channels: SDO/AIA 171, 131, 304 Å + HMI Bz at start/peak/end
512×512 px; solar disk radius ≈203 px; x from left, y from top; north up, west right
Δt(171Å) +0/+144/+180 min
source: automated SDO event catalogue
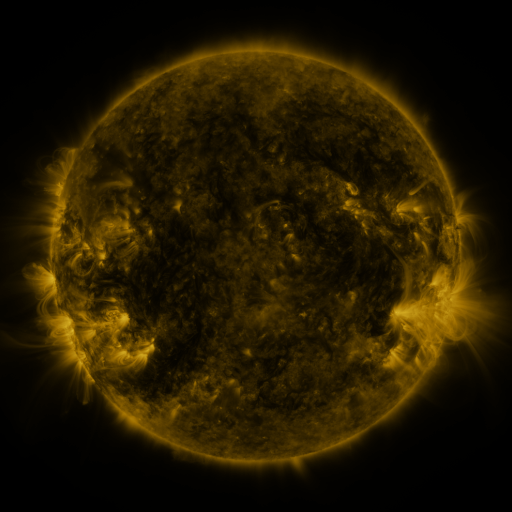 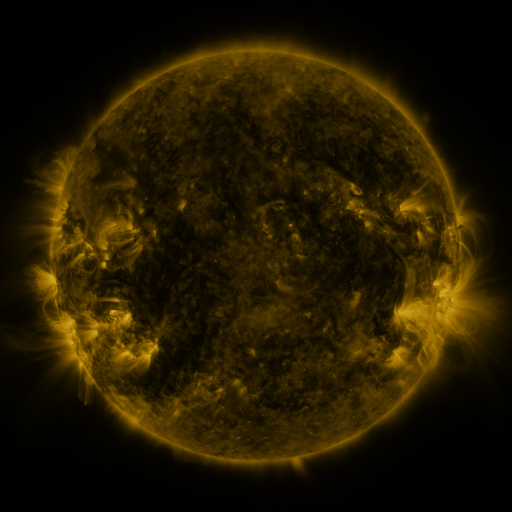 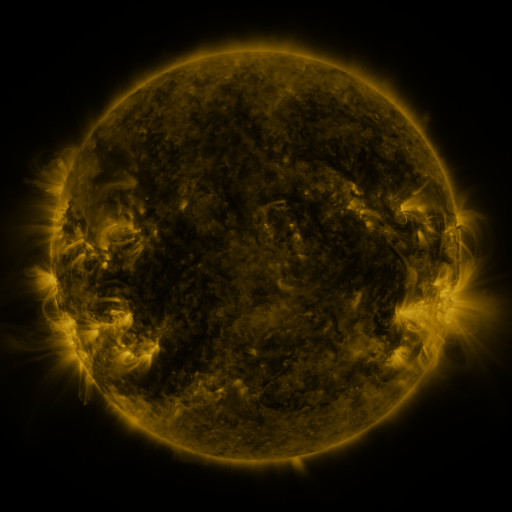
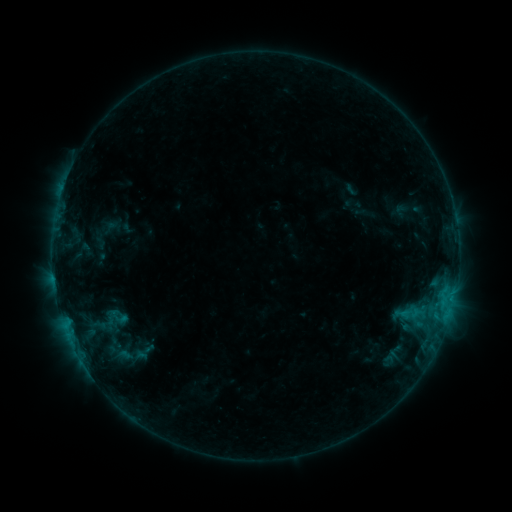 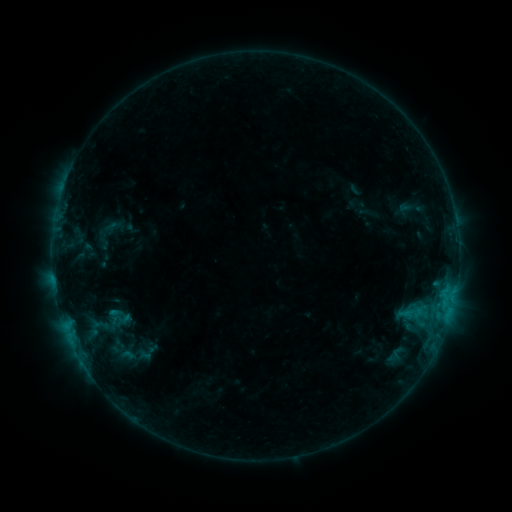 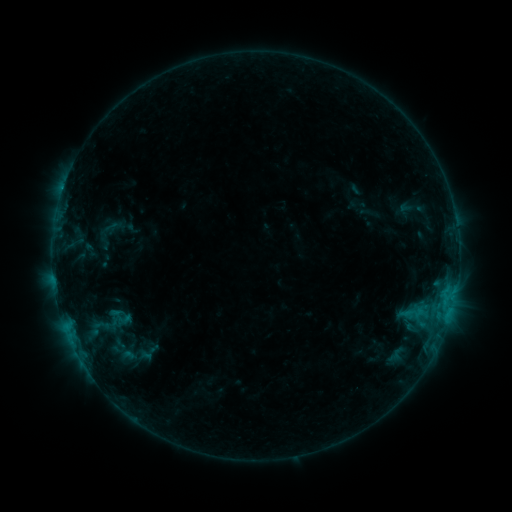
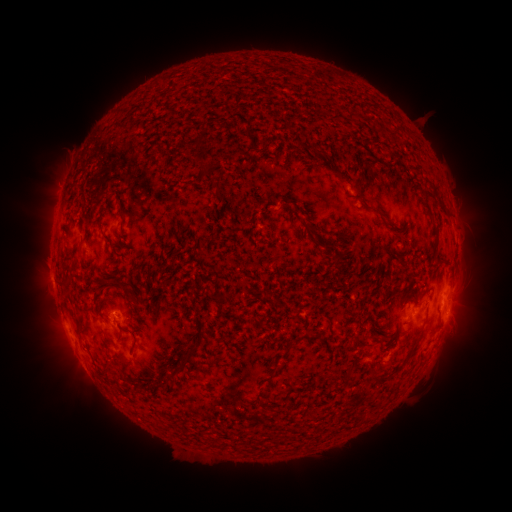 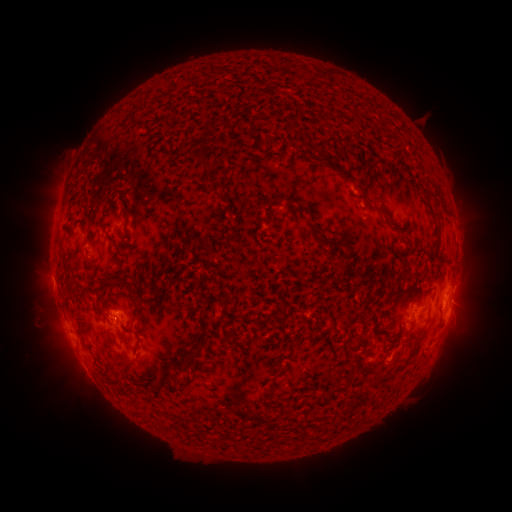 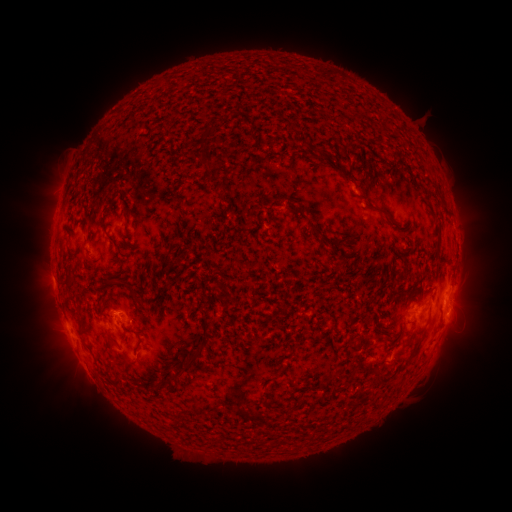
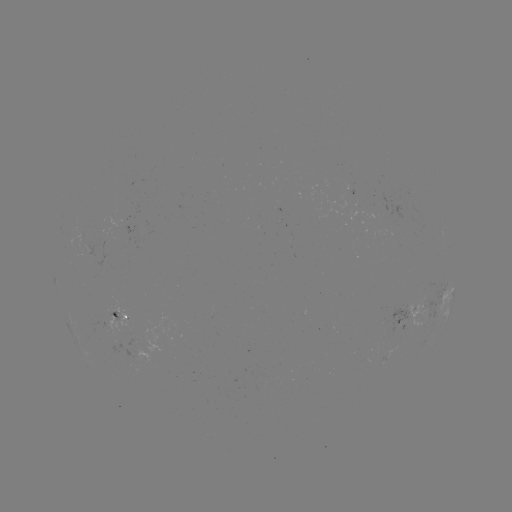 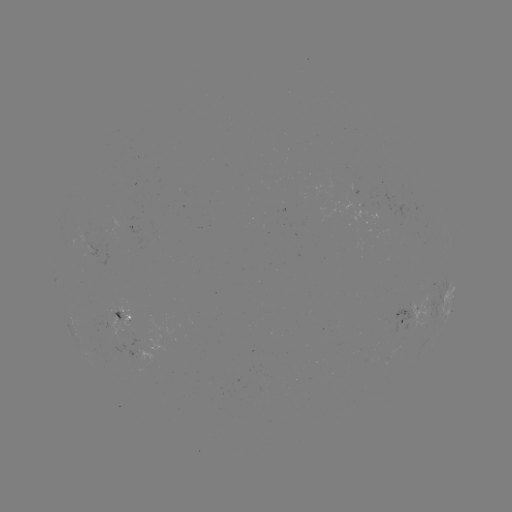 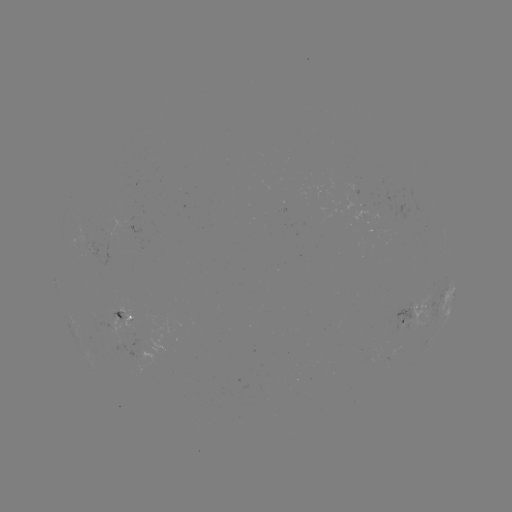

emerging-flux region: (104, 308, 115, 313)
